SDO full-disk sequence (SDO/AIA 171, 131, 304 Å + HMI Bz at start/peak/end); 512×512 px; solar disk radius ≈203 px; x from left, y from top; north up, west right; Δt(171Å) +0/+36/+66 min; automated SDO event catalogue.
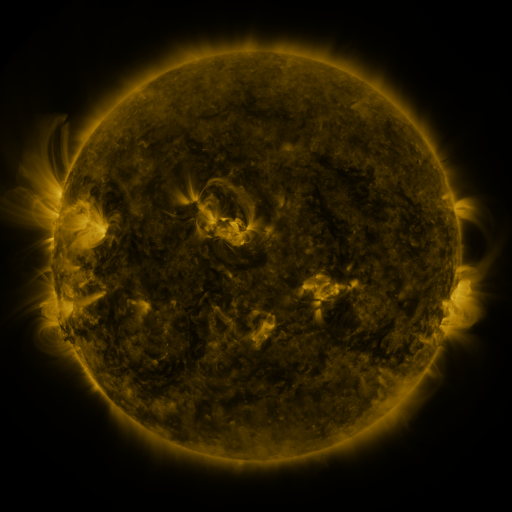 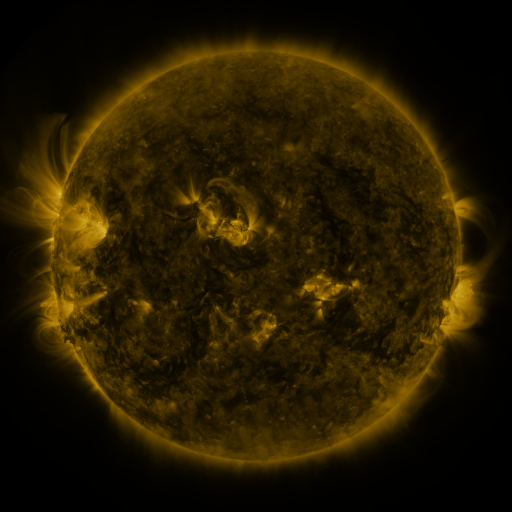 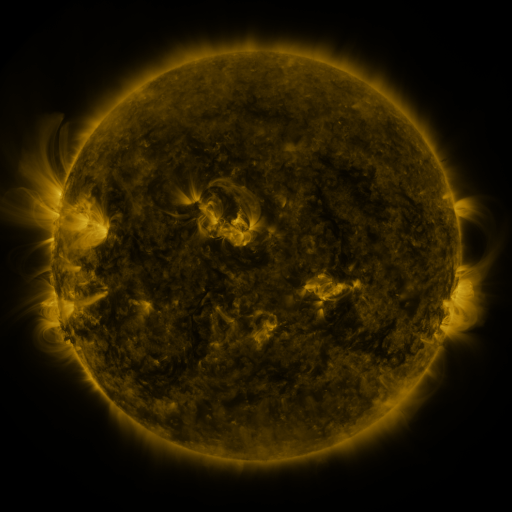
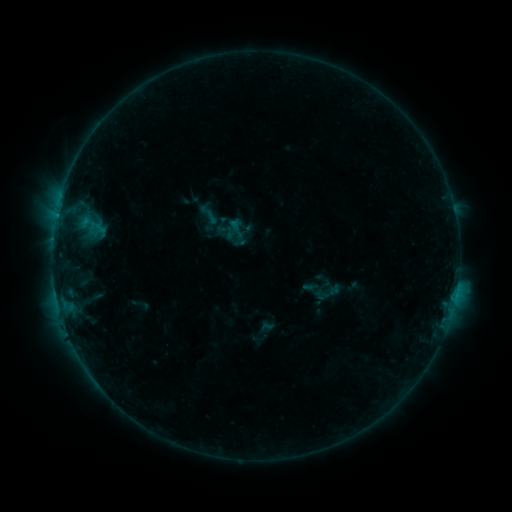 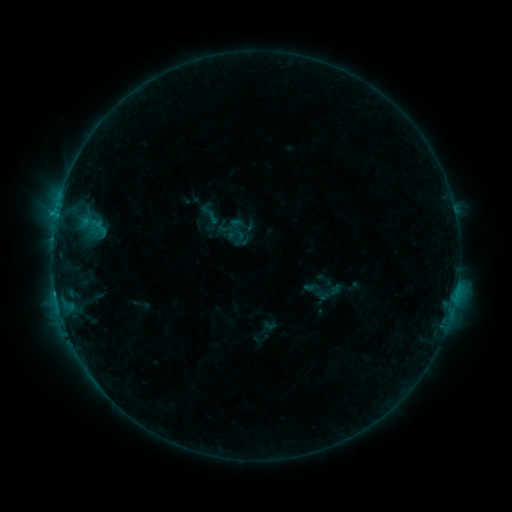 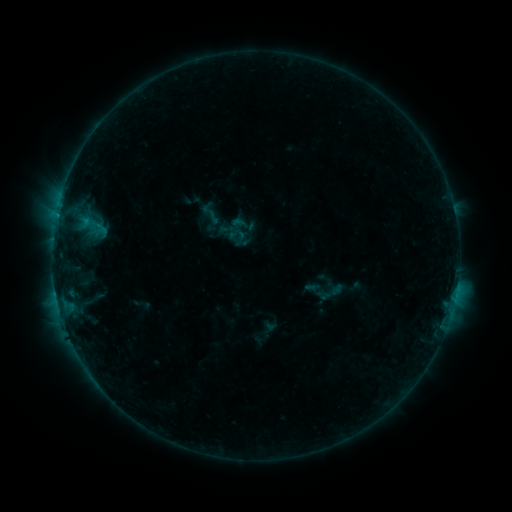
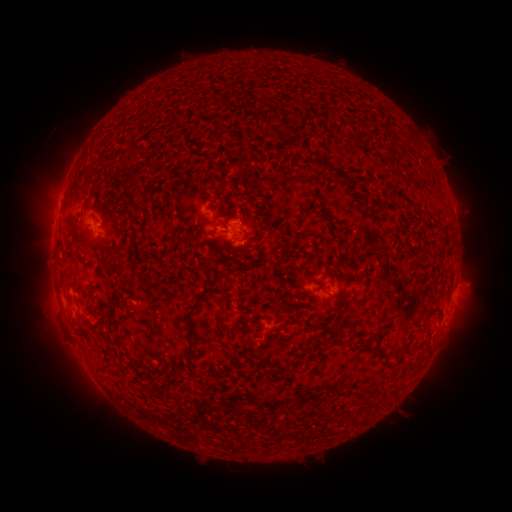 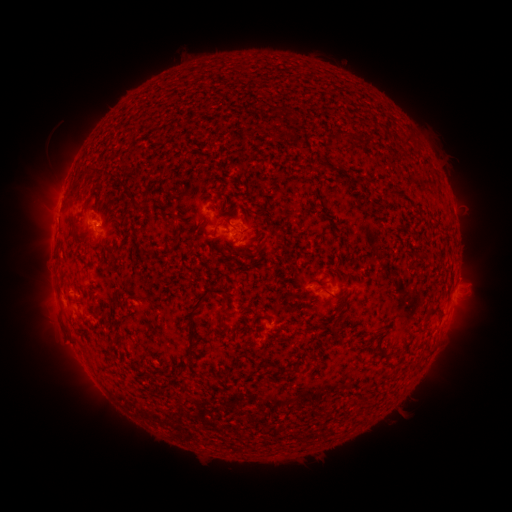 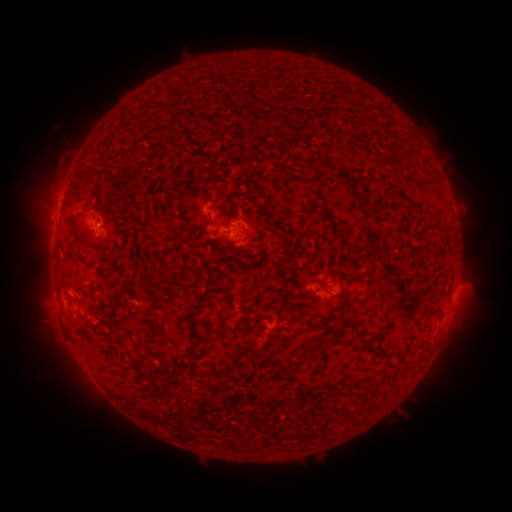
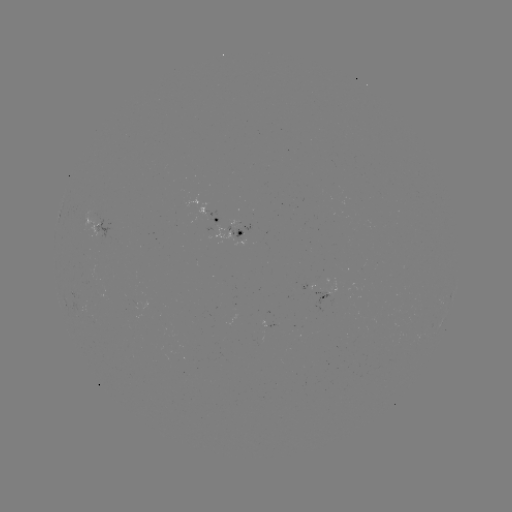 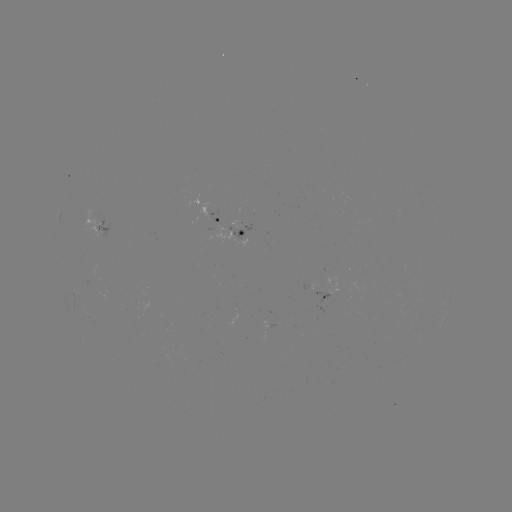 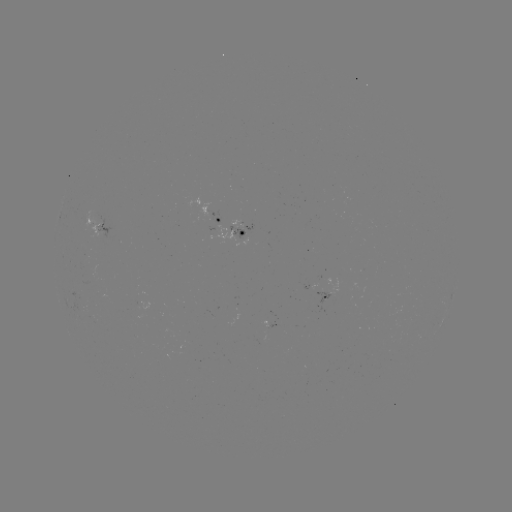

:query C1.0 flare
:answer (55, 291)